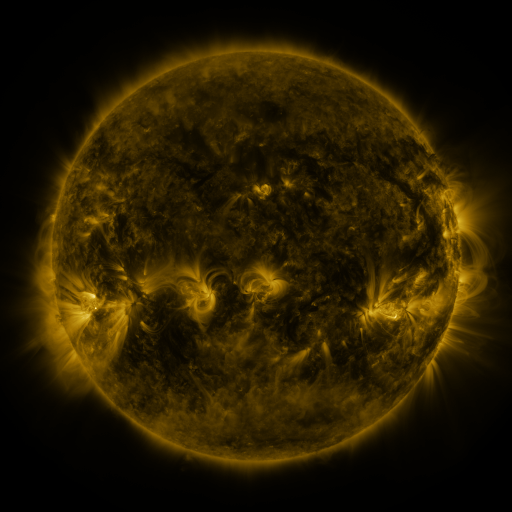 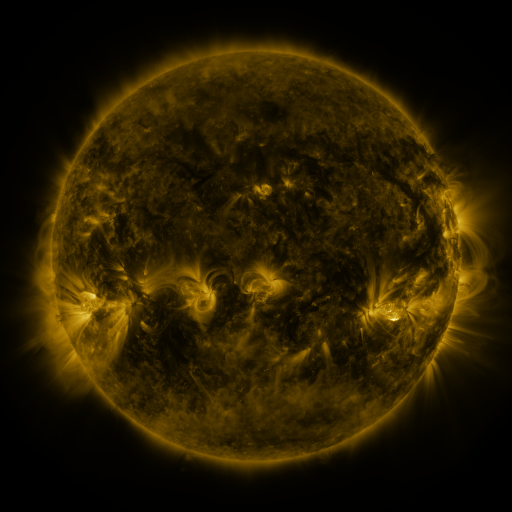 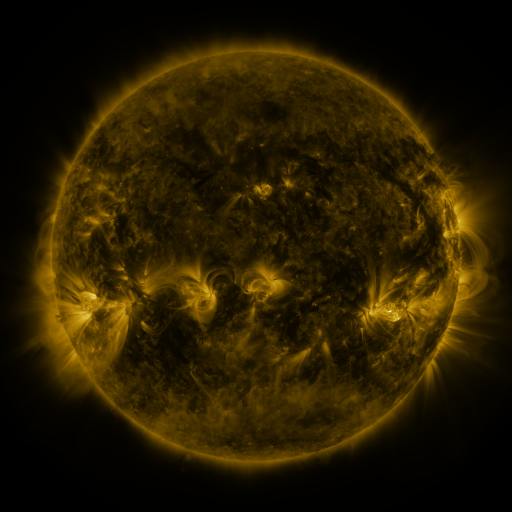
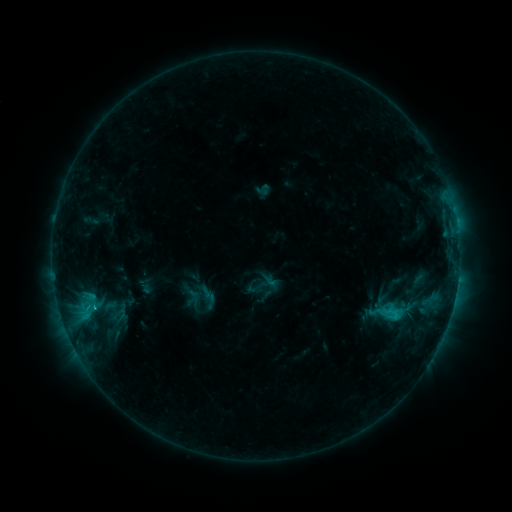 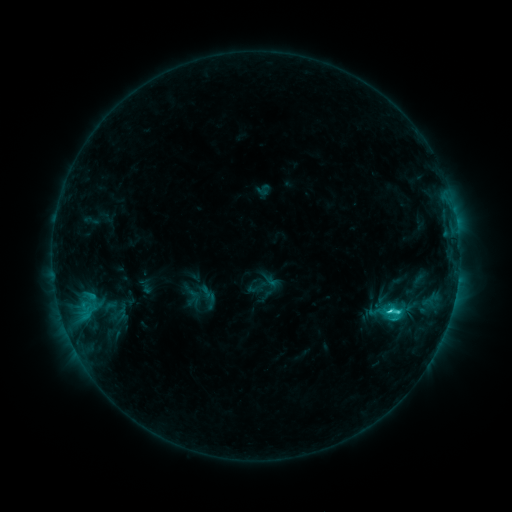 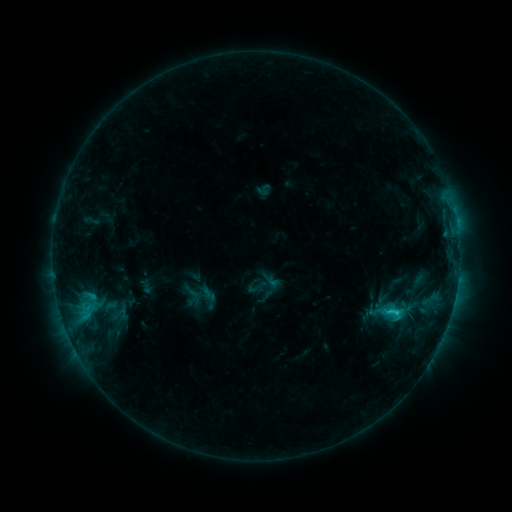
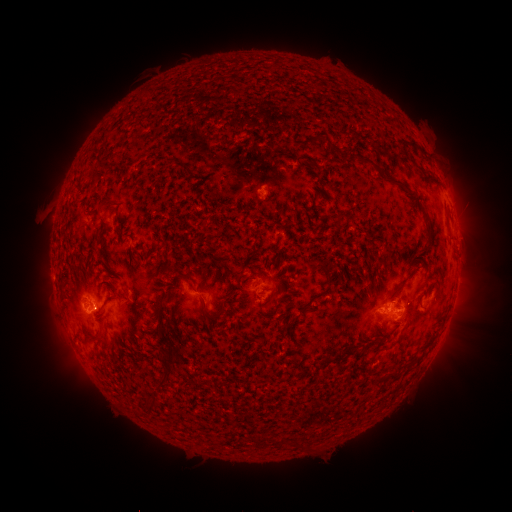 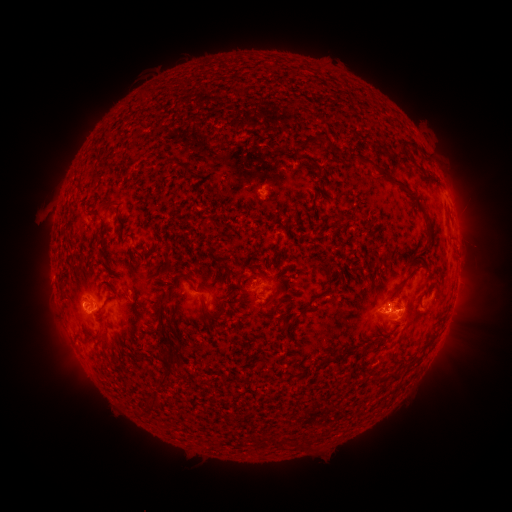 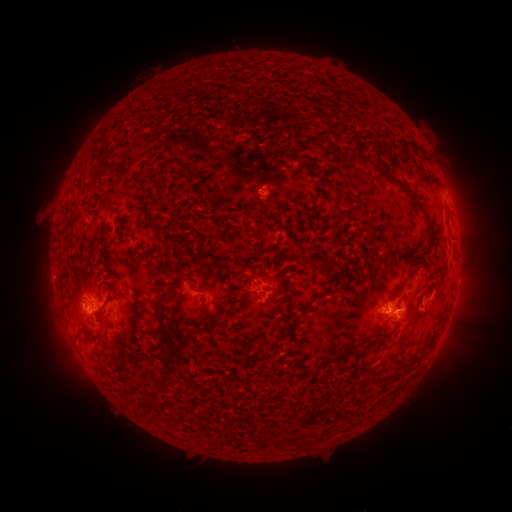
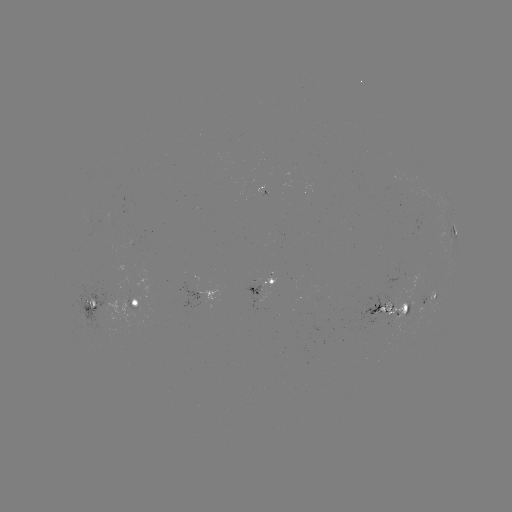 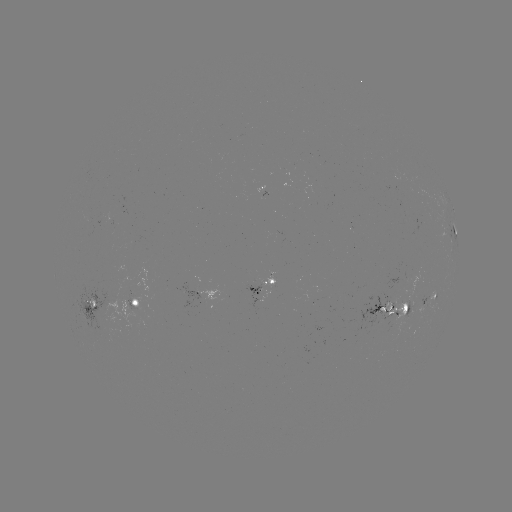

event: flare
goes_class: C2.0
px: (388, 311)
